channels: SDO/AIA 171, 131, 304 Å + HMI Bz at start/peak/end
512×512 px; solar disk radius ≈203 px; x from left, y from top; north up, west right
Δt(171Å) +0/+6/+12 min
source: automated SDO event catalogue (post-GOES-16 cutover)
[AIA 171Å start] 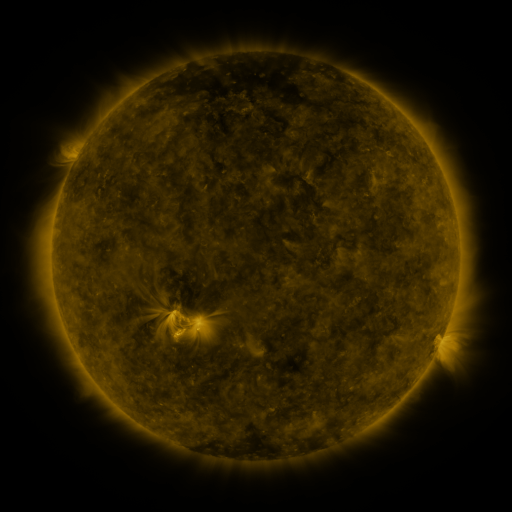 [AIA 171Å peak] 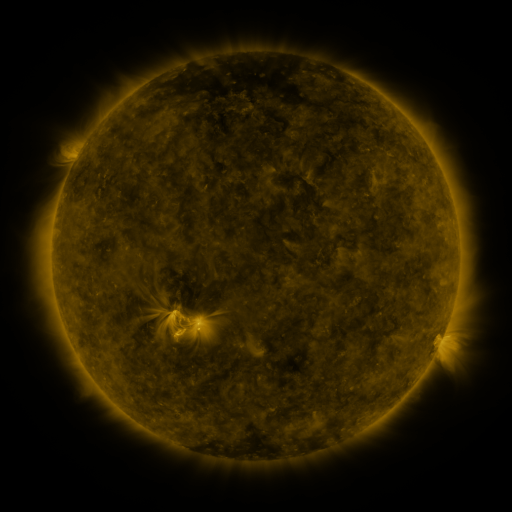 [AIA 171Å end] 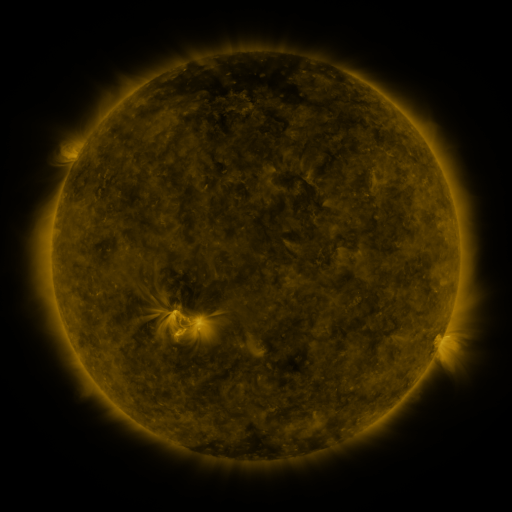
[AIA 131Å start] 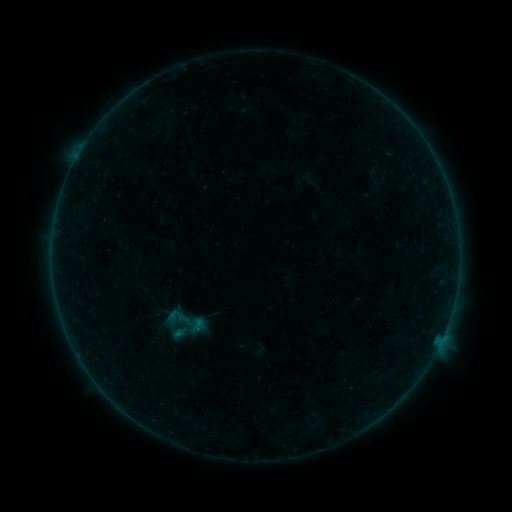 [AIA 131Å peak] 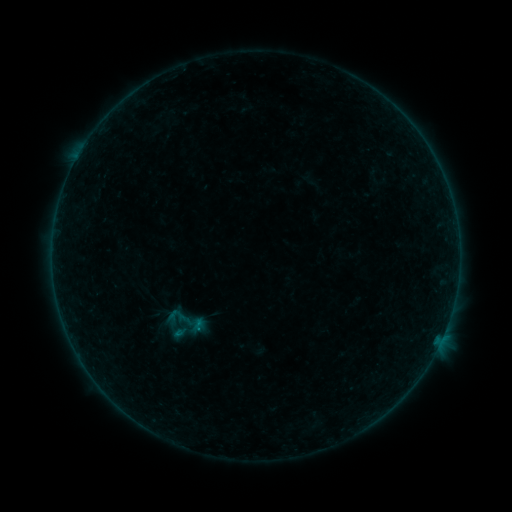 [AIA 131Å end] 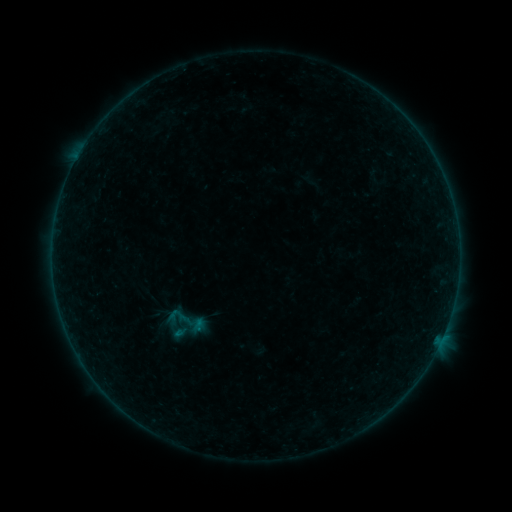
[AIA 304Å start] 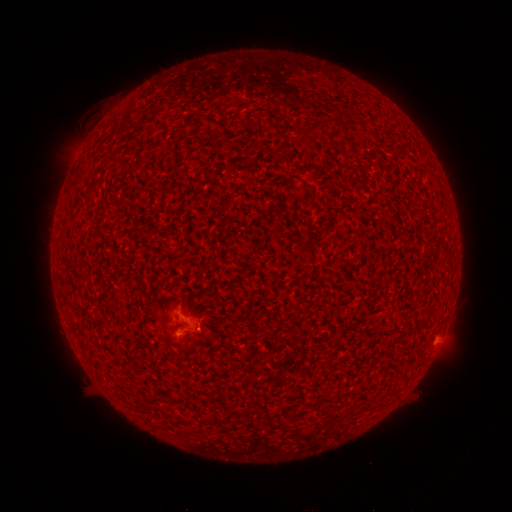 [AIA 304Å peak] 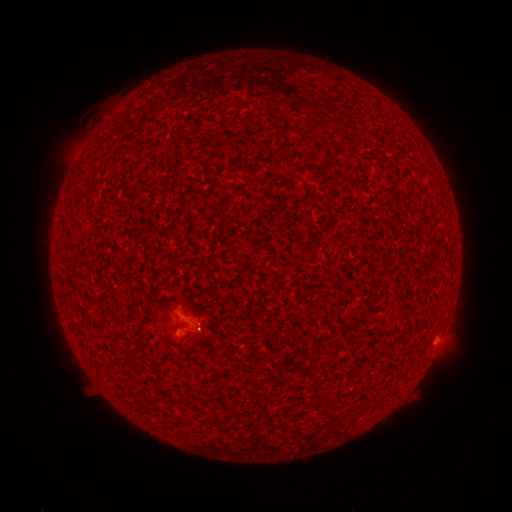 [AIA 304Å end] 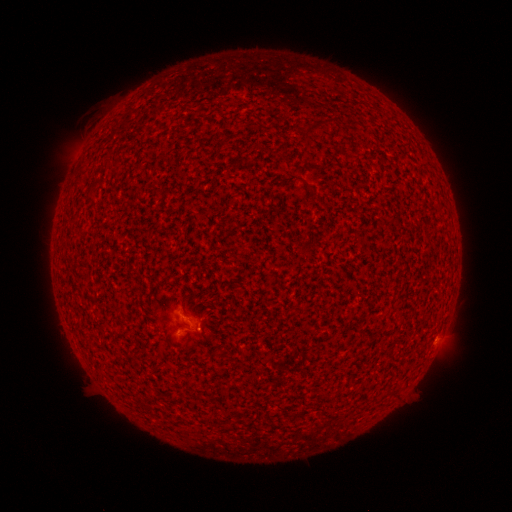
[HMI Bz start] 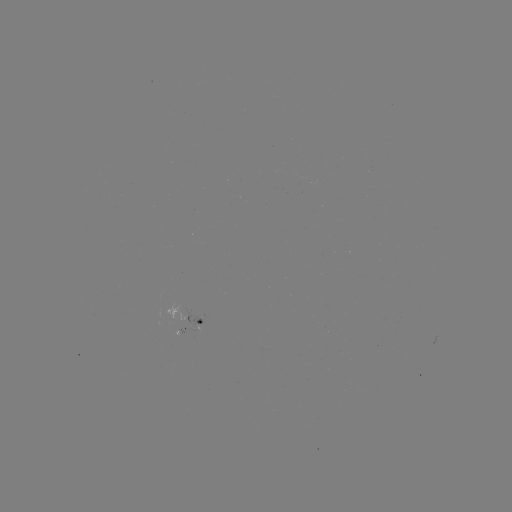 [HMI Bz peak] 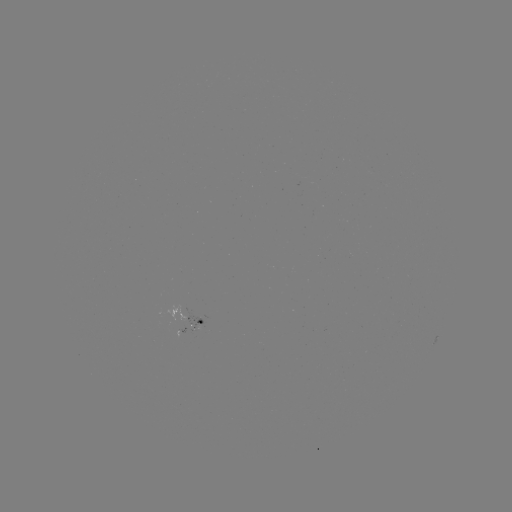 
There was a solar flare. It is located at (198, 326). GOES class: B1.0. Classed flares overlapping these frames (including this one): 1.